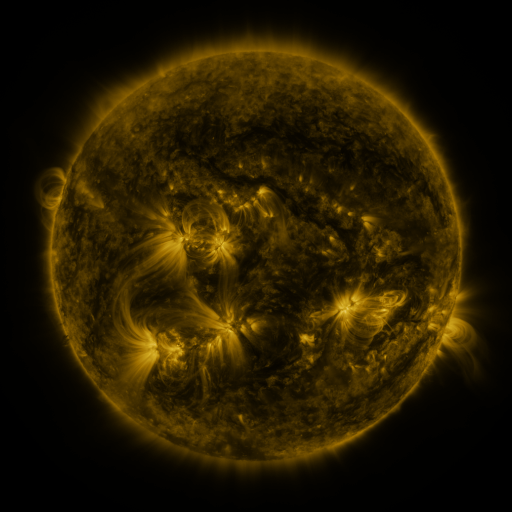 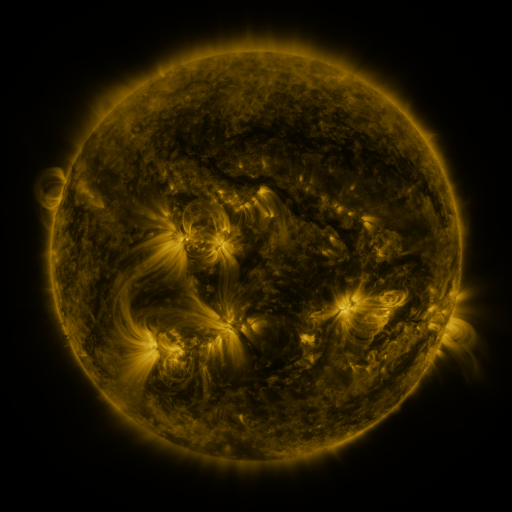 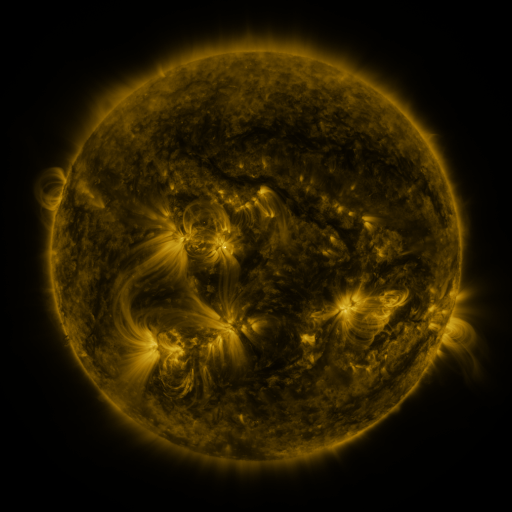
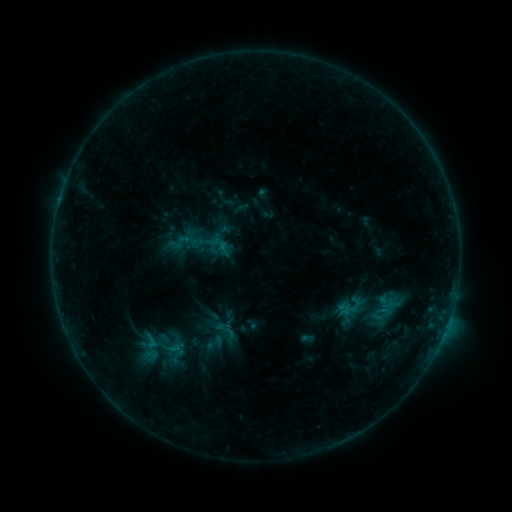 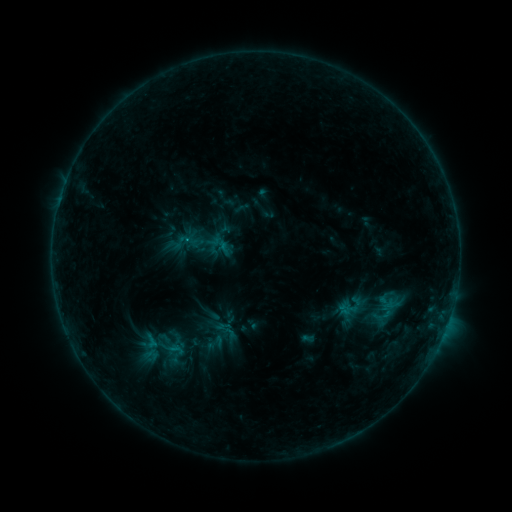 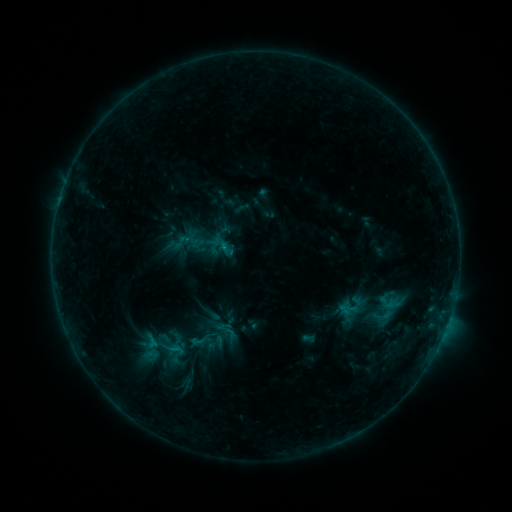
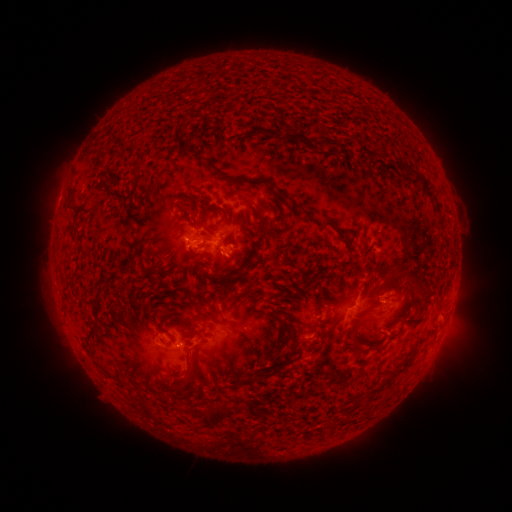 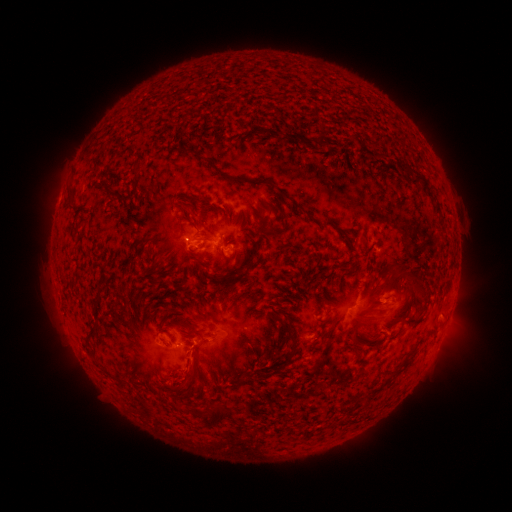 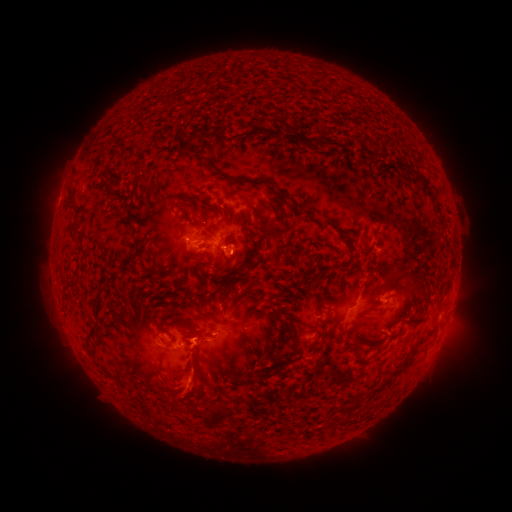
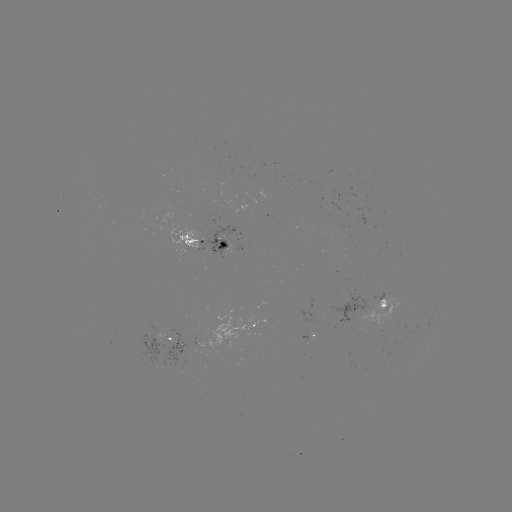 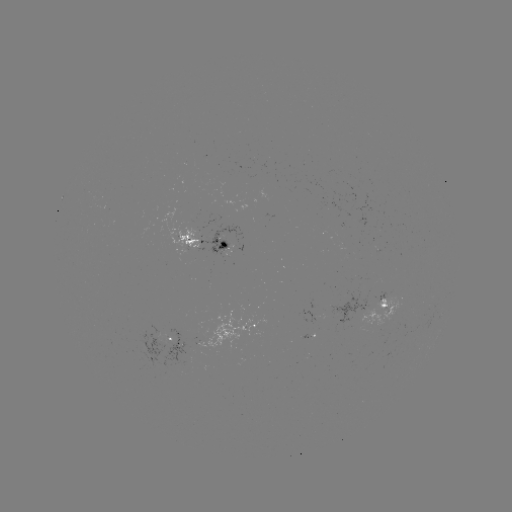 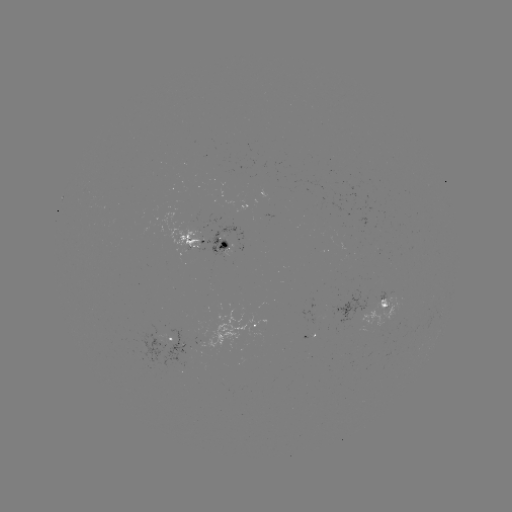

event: eruption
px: (190, 374)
